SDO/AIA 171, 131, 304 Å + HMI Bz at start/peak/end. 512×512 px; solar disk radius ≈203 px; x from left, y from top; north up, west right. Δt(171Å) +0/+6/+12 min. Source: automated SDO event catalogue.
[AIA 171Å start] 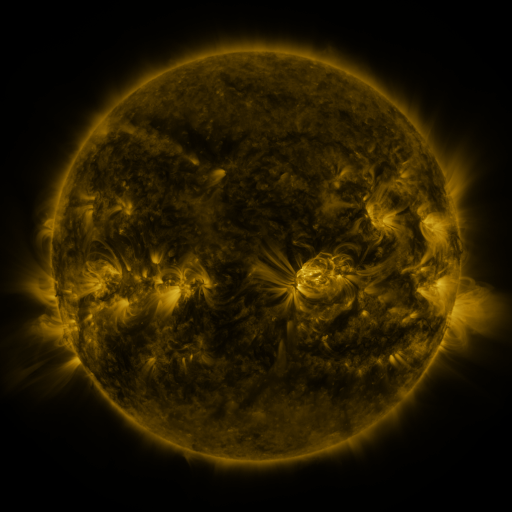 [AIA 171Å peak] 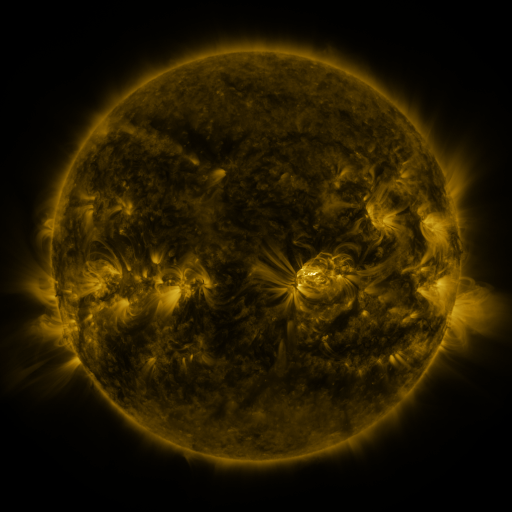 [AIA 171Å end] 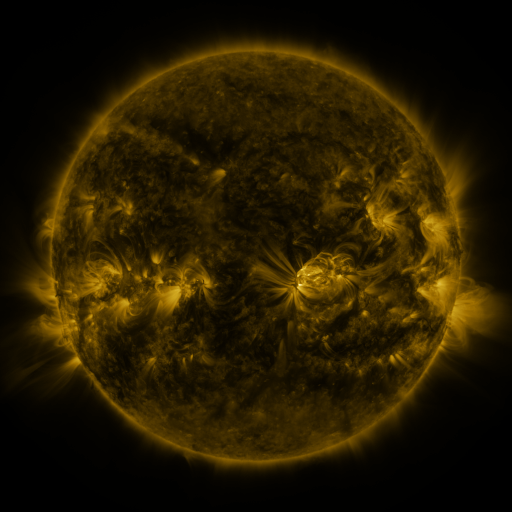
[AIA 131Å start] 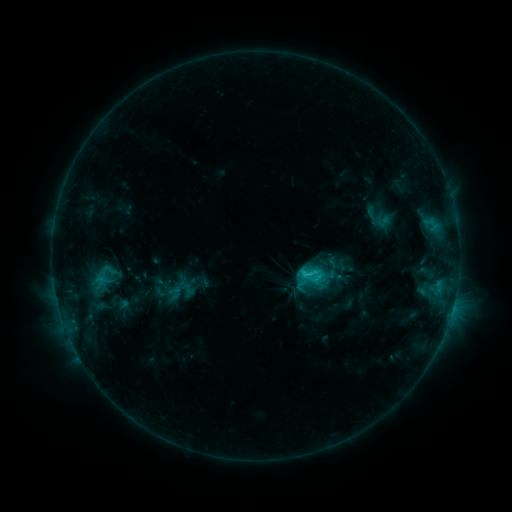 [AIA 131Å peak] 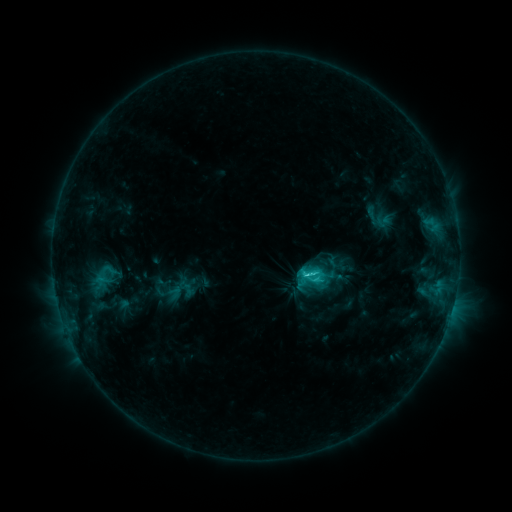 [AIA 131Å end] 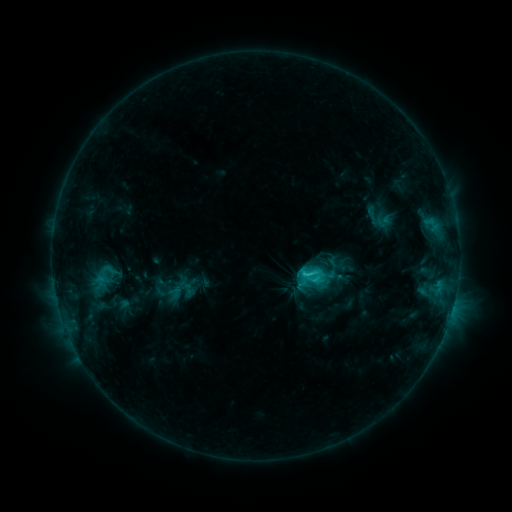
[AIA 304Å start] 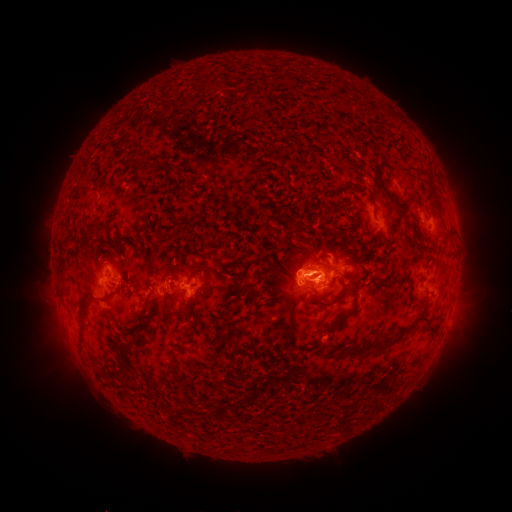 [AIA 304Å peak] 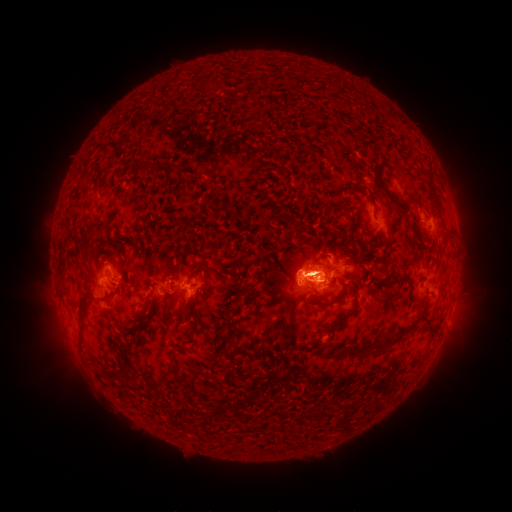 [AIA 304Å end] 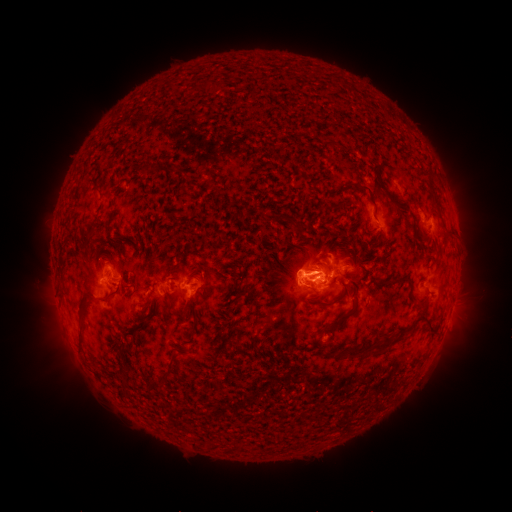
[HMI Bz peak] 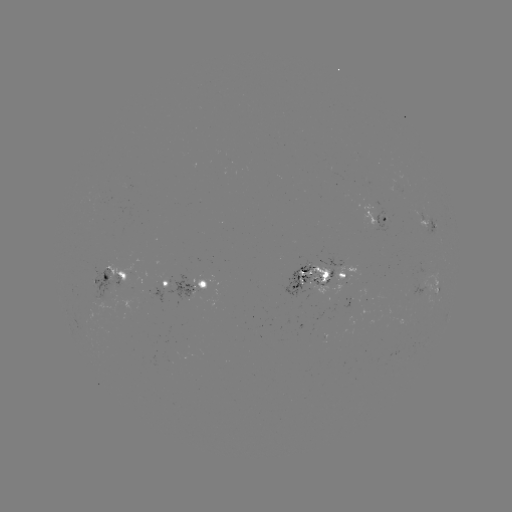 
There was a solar eruption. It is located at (309, 270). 